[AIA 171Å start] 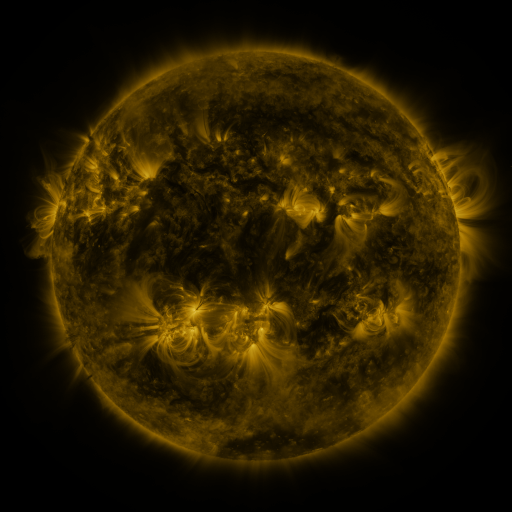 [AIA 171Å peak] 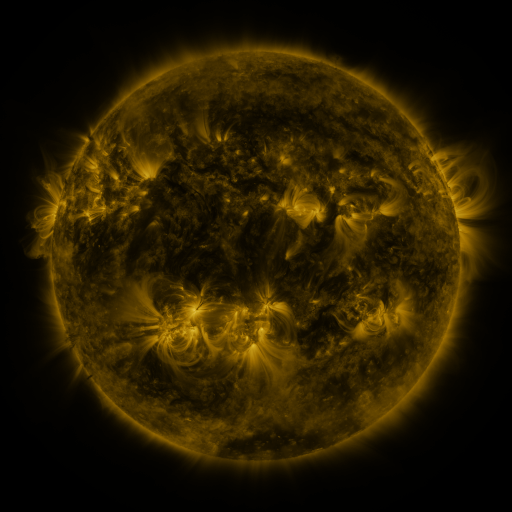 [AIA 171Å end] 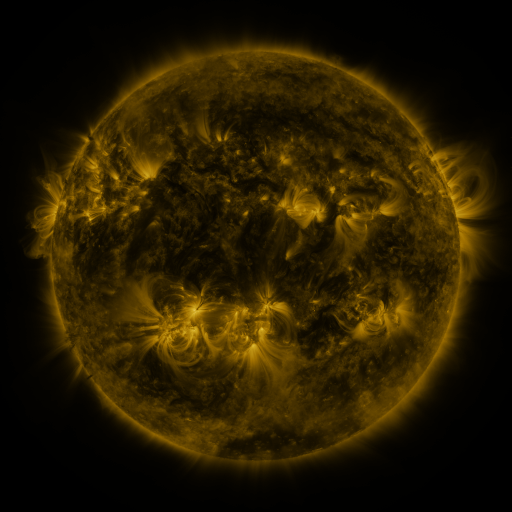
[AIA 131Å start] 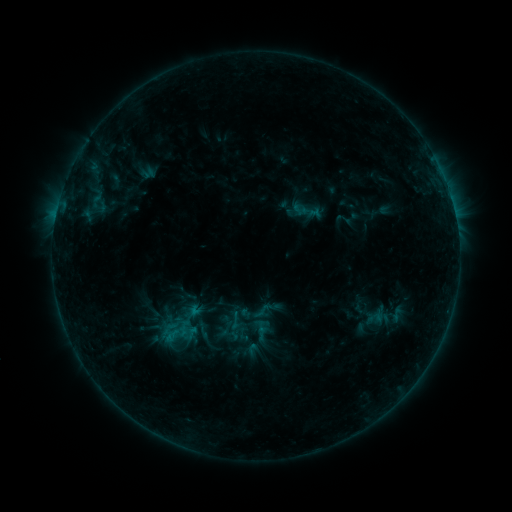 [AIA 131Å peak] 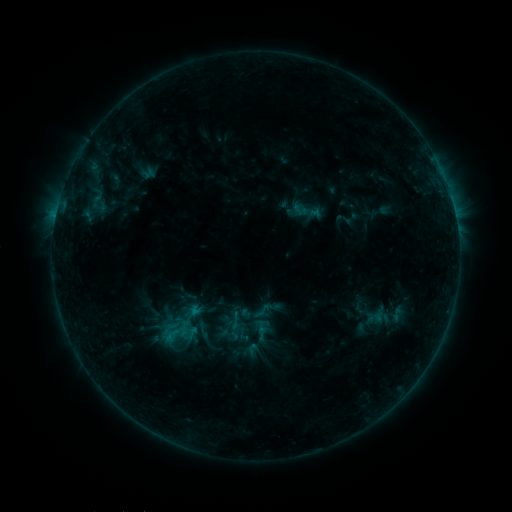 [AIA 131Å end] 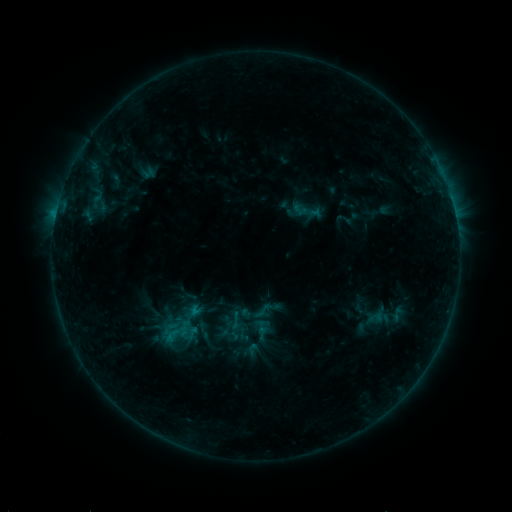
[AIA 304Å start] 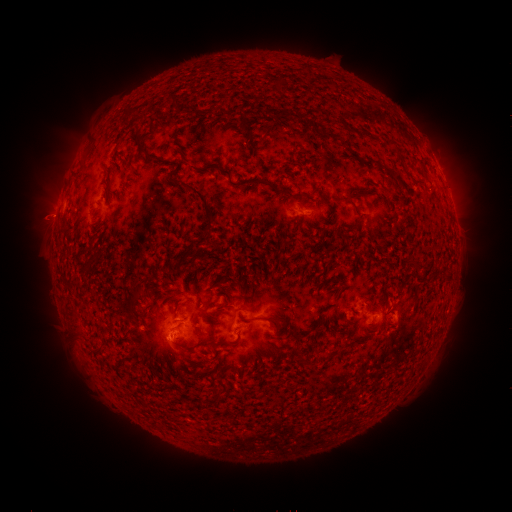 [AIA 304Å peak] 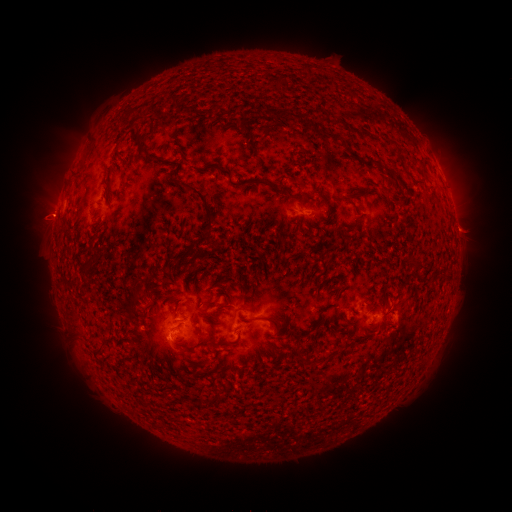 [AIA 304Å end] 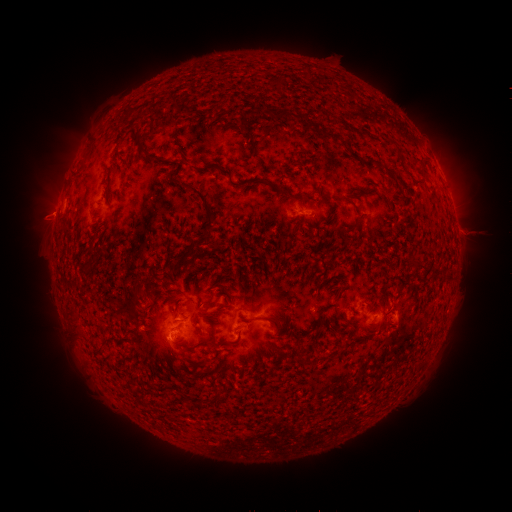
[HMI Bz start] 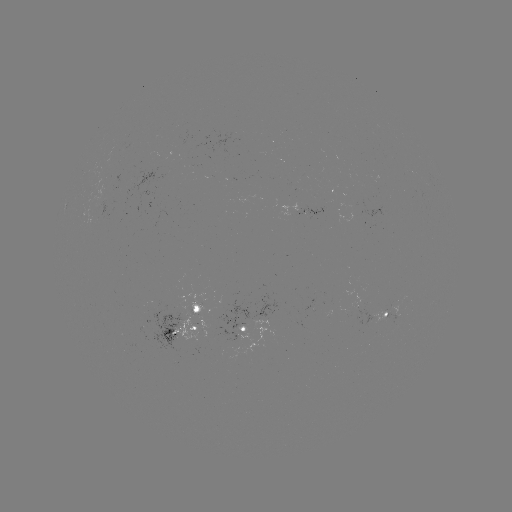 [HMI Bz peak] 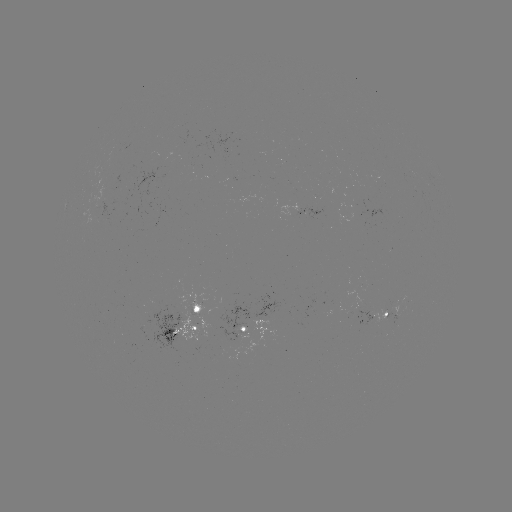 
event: eruption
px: (473, 232)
